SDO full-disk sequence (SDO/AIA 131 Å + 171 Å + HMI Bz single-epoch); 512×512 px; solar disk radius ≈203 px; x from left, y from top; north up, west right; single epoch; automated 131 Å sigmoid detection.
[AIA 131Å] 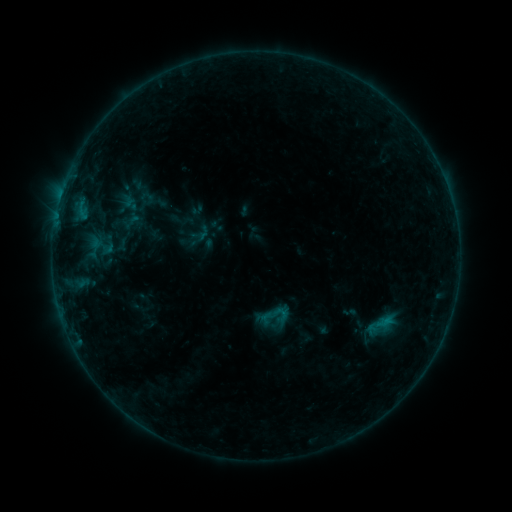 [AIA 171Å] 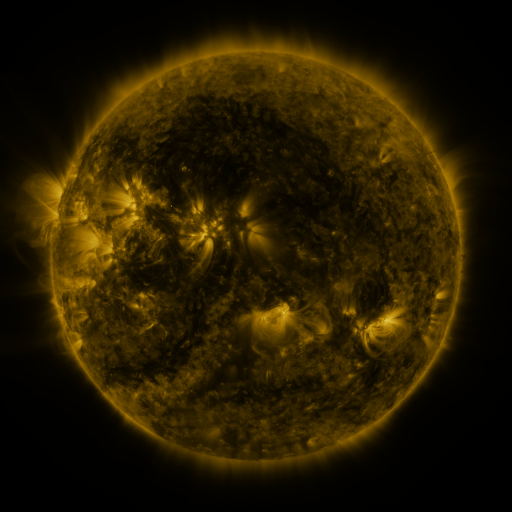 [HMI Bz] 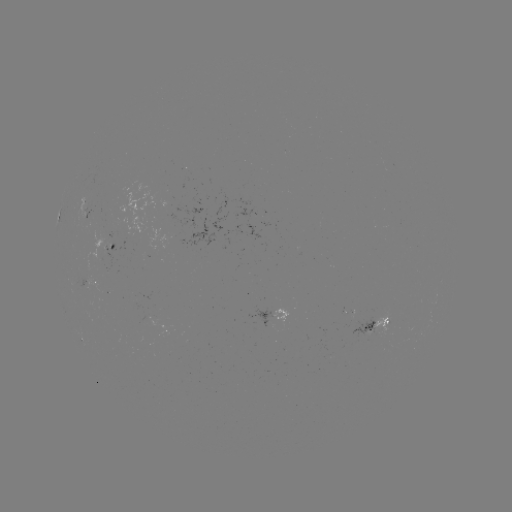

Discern sigmoid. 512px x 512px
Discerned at (275, 317).